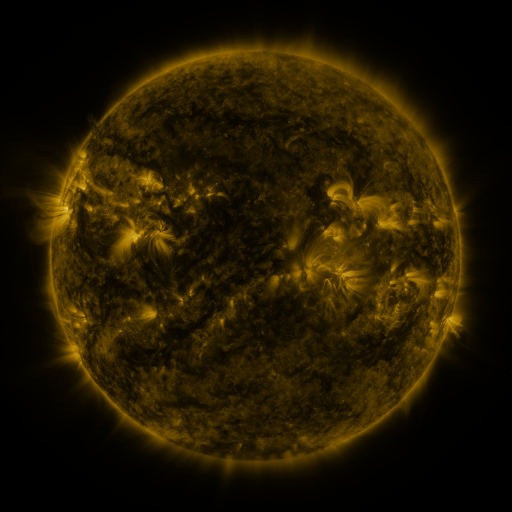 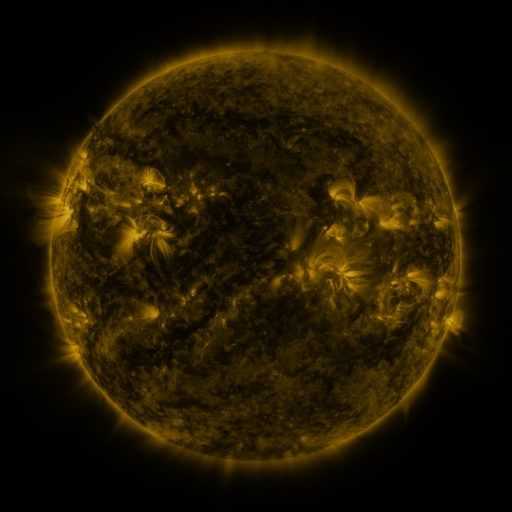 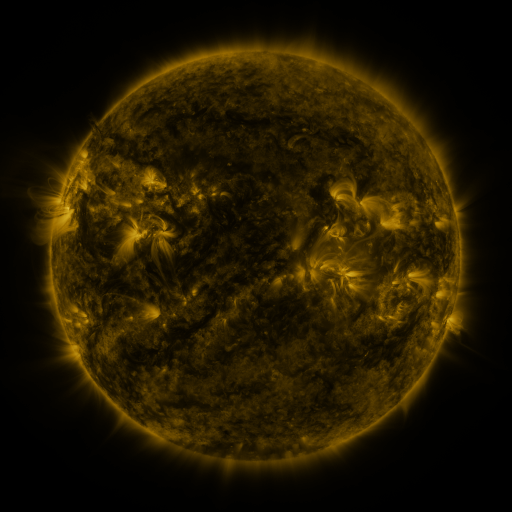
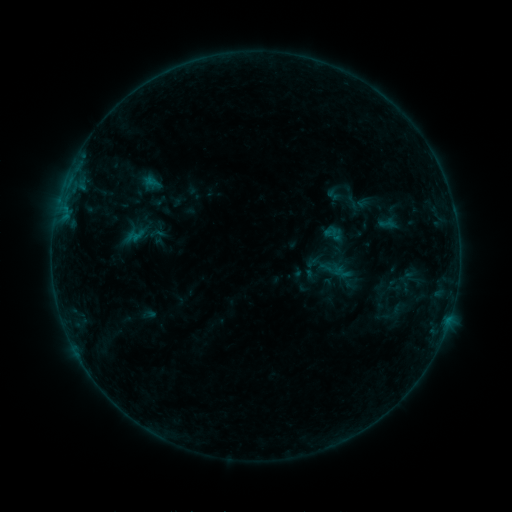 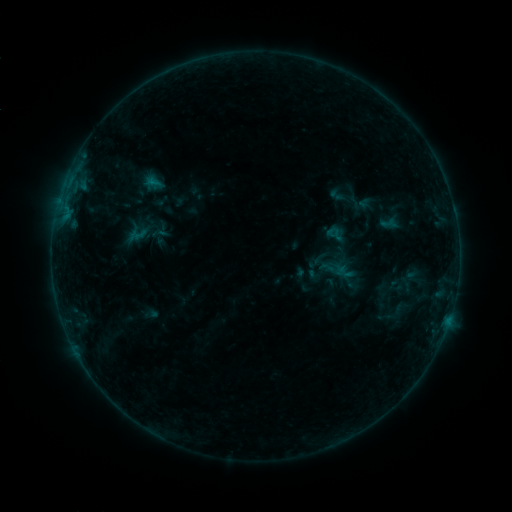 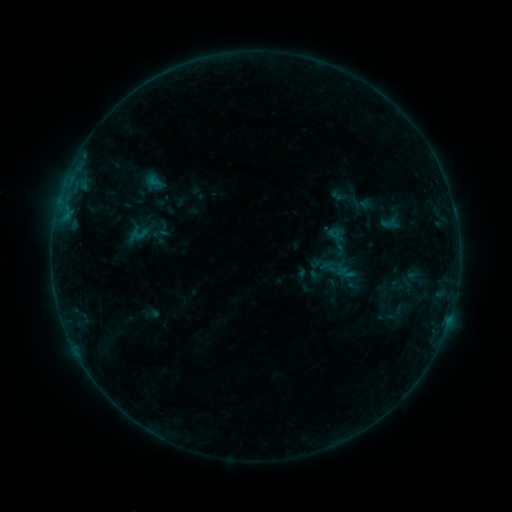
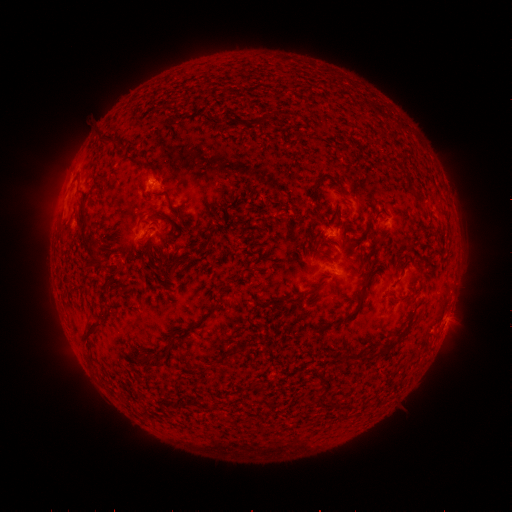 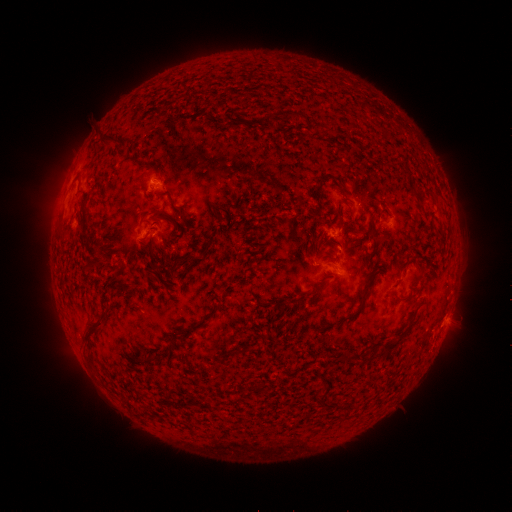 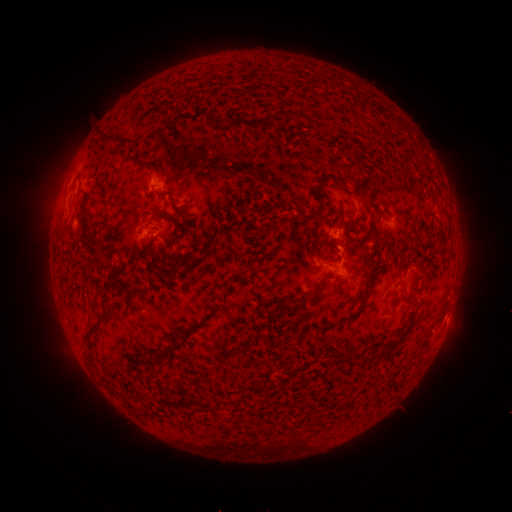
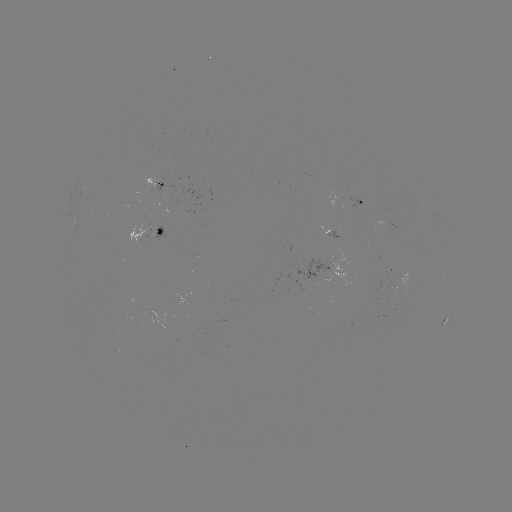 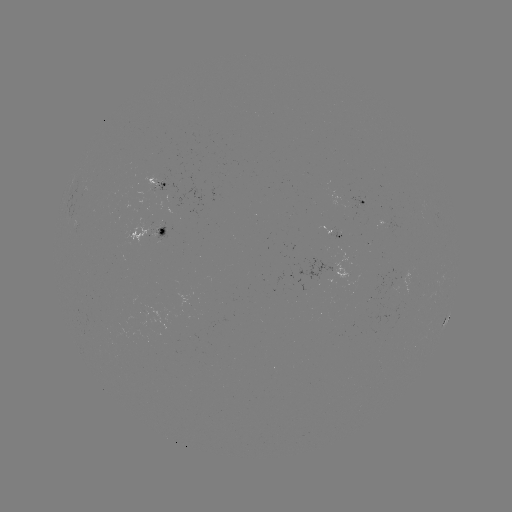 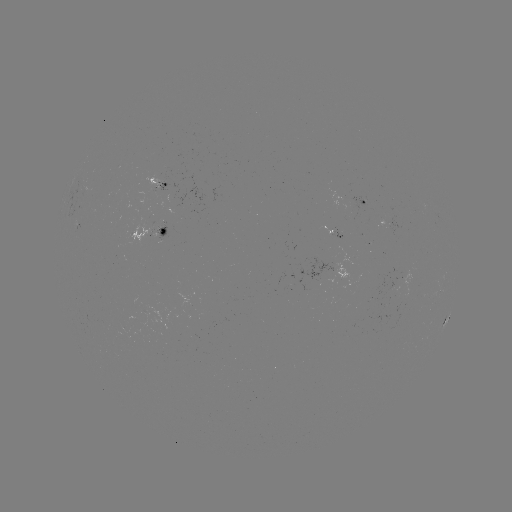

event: emerging-flux region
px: (178, 197)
